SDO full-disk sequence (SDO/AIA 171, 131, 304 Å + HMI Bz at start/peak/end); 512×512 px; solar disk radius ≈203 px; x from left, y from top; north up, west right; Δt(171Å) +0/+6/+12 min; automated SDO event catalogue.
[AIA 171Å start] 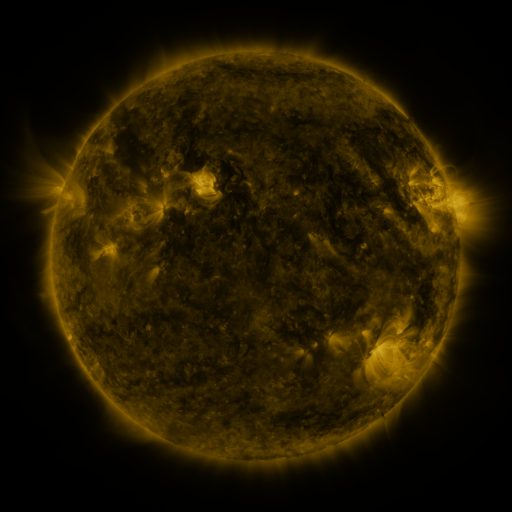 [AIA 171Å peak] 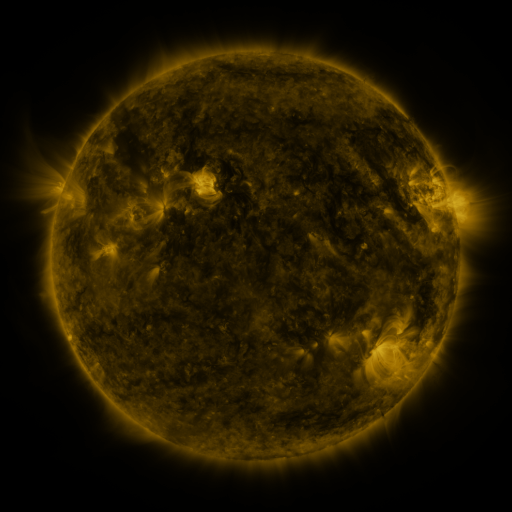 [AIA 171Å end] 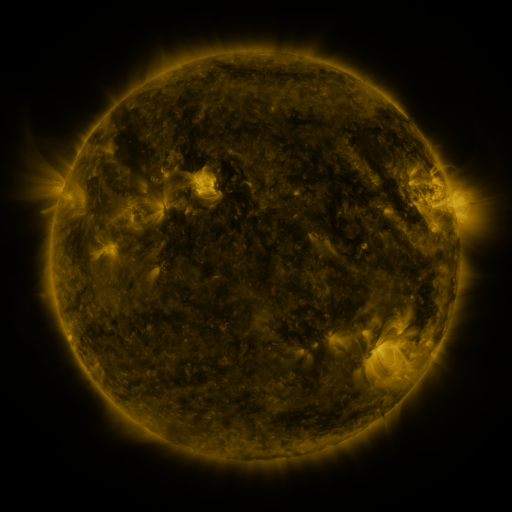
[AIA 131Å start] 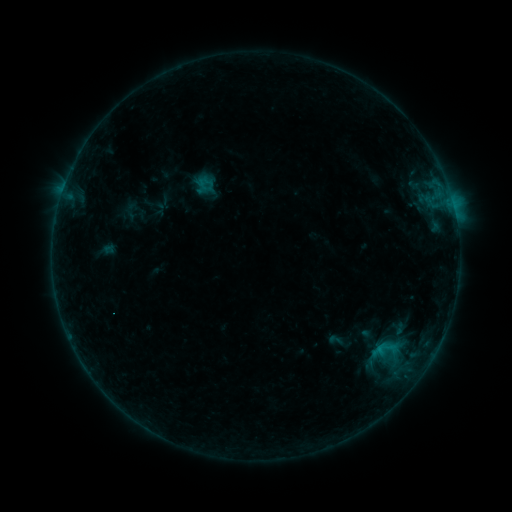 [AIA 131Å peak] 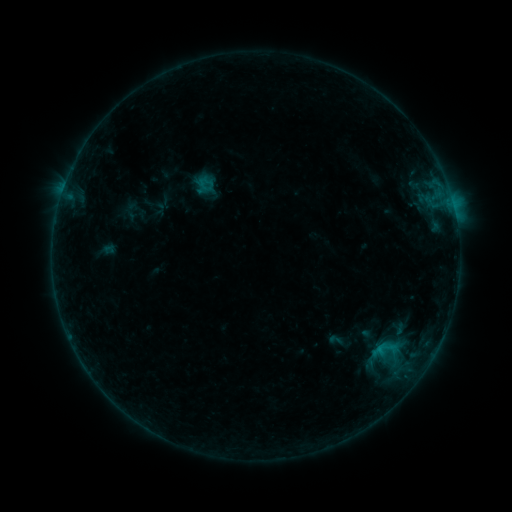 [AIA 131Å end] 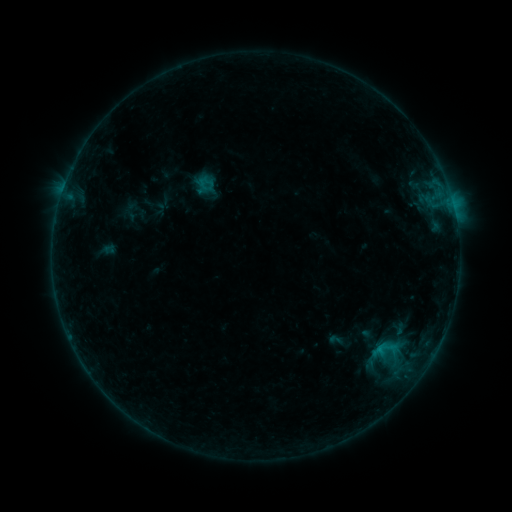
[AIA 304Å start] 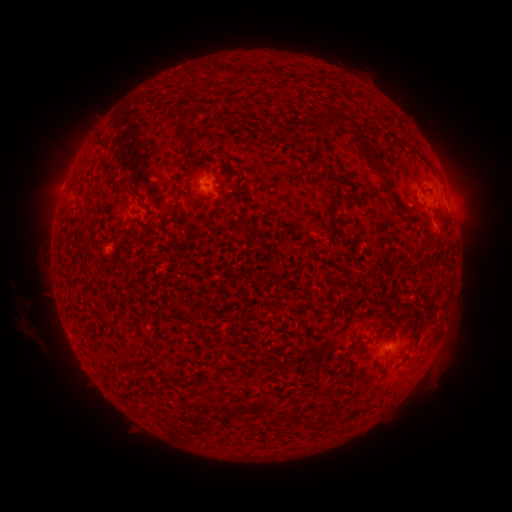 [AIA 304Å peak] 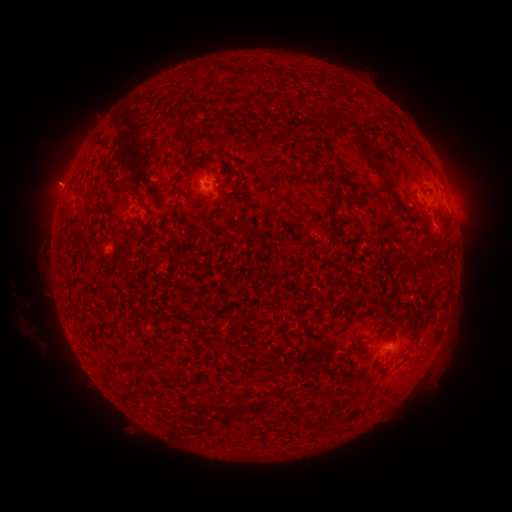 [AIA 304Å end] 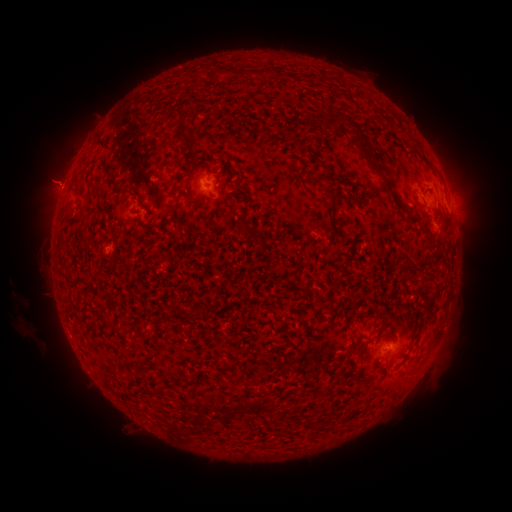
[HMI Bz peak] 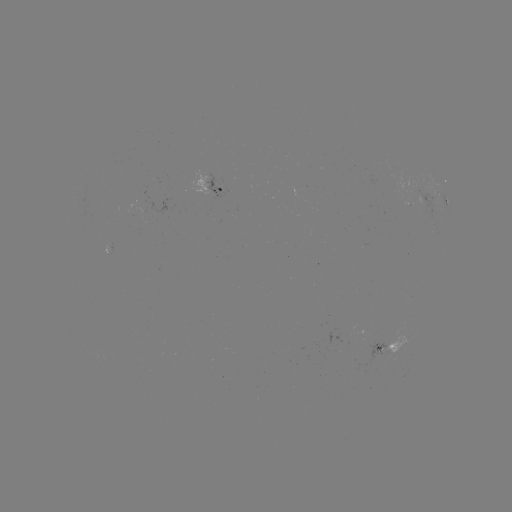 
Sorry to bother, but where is eruption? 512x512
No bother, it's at [54, 182].